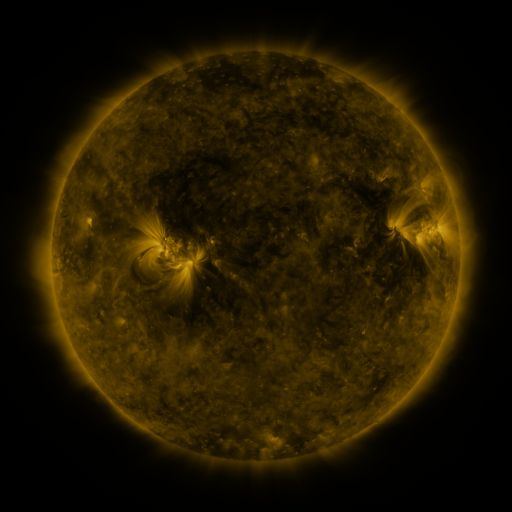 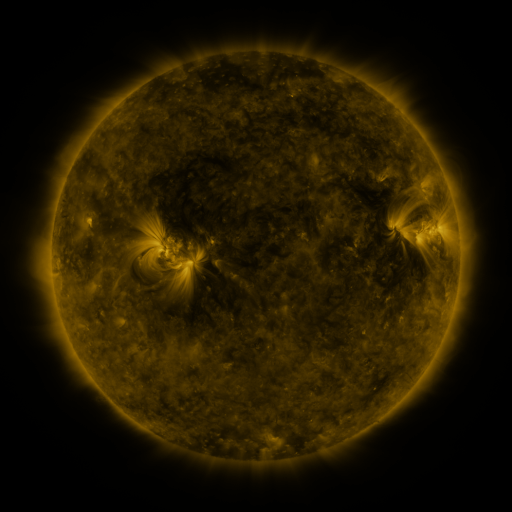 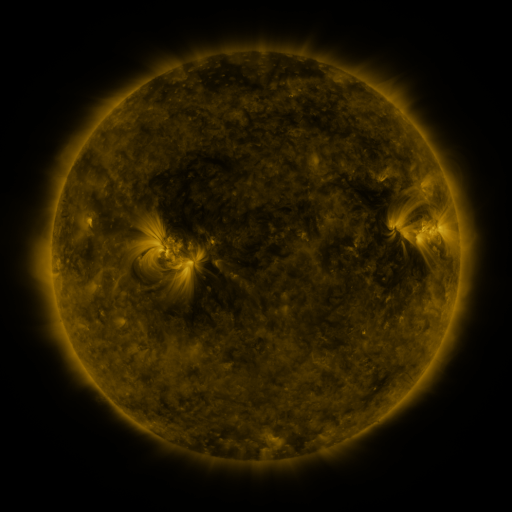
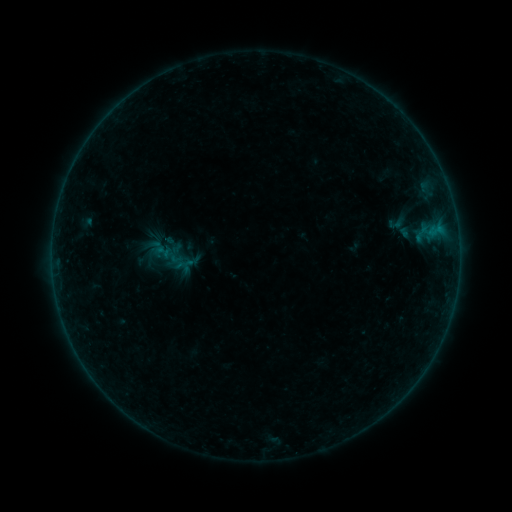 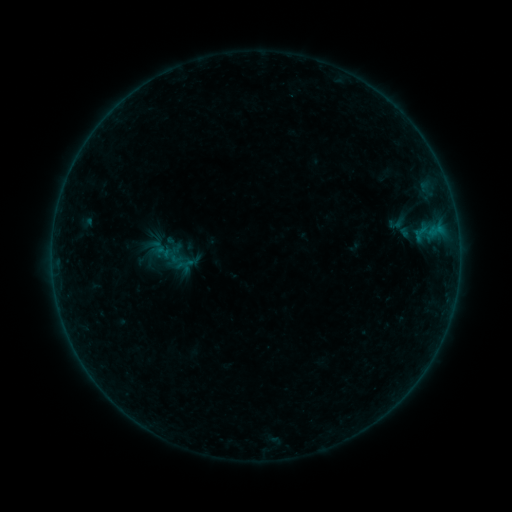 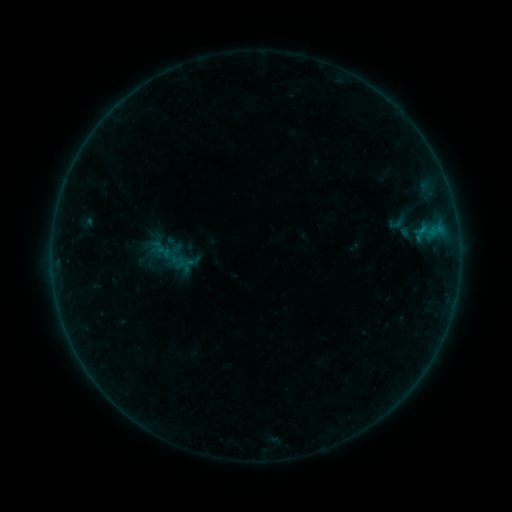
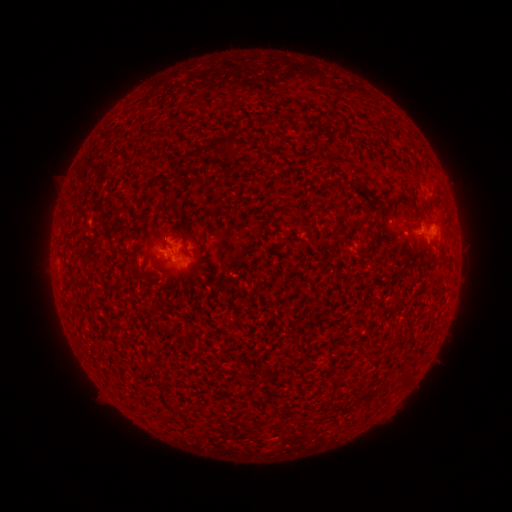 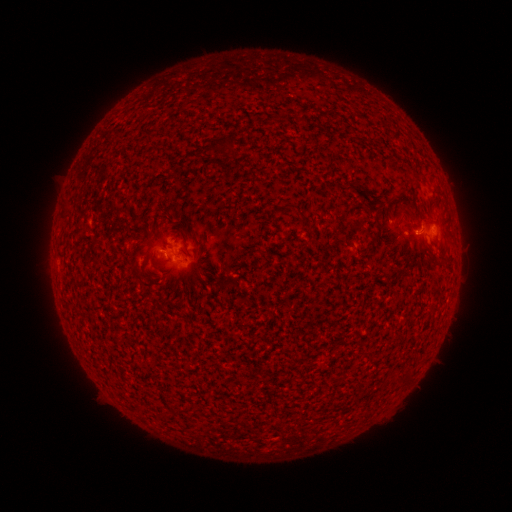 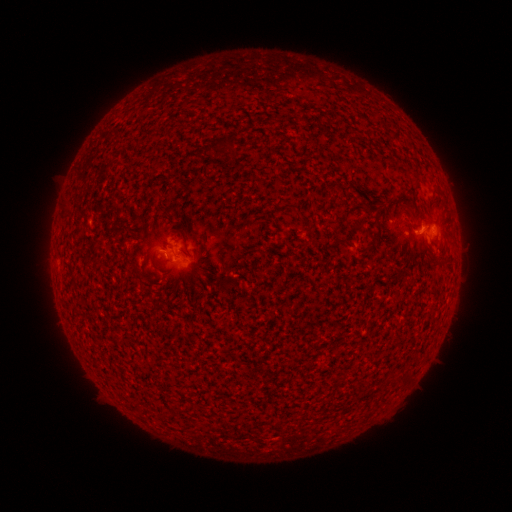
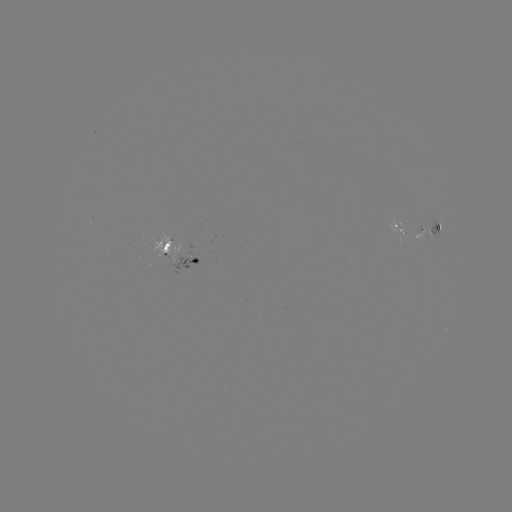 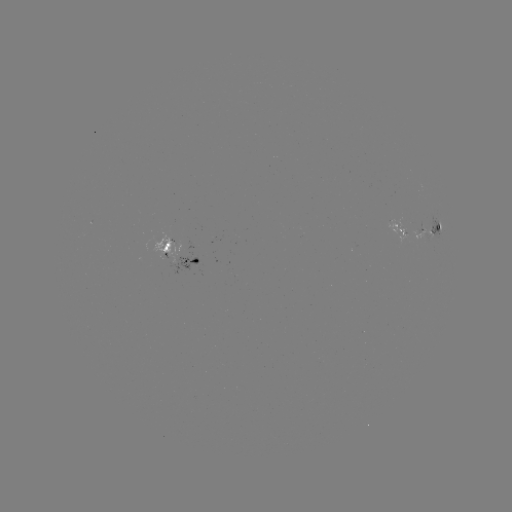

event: flare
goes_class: B2.1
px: (420, 234)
